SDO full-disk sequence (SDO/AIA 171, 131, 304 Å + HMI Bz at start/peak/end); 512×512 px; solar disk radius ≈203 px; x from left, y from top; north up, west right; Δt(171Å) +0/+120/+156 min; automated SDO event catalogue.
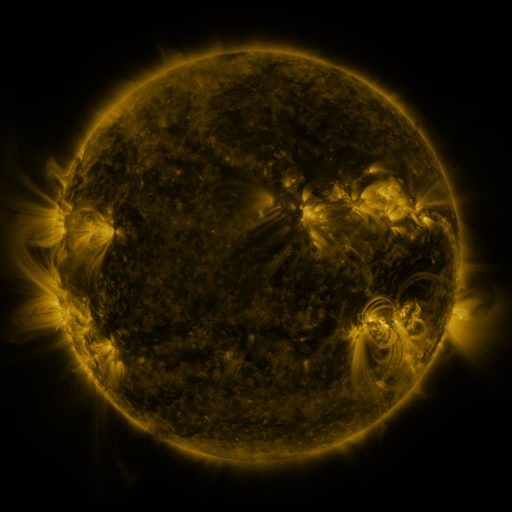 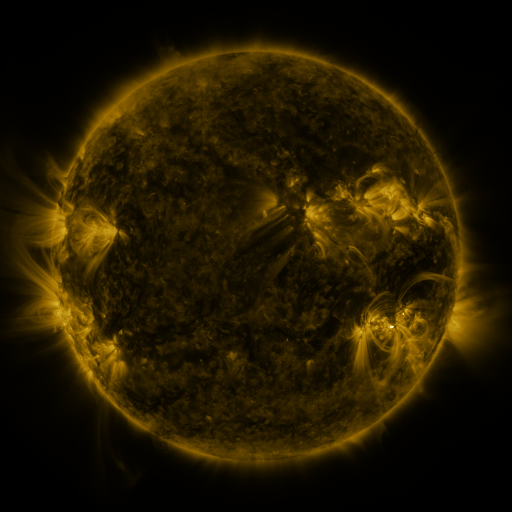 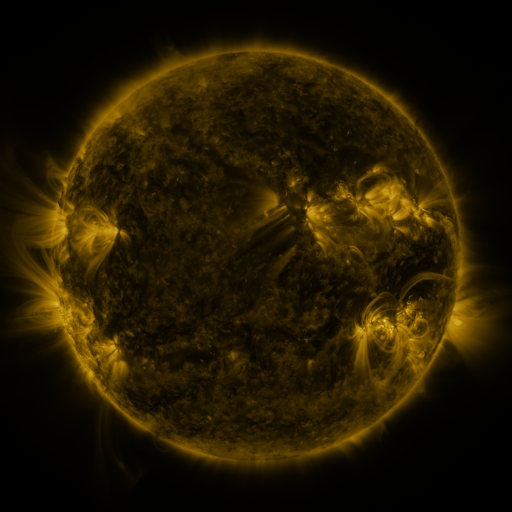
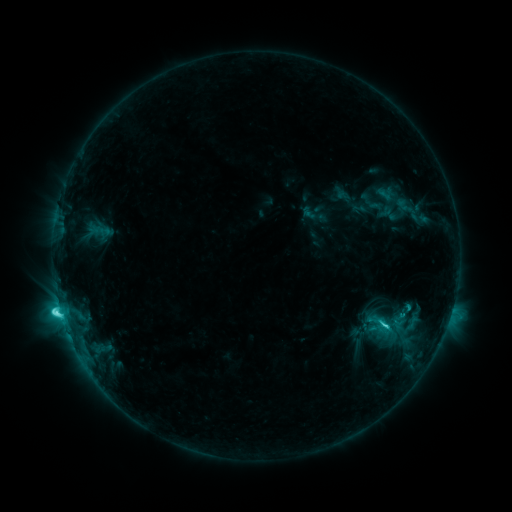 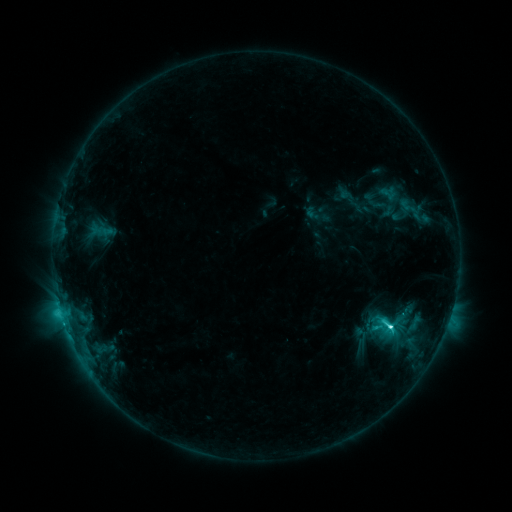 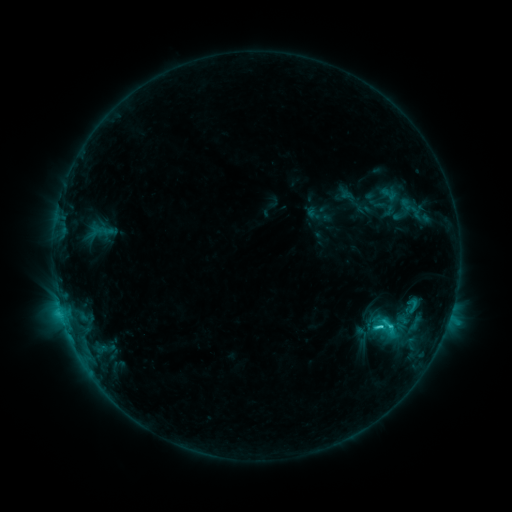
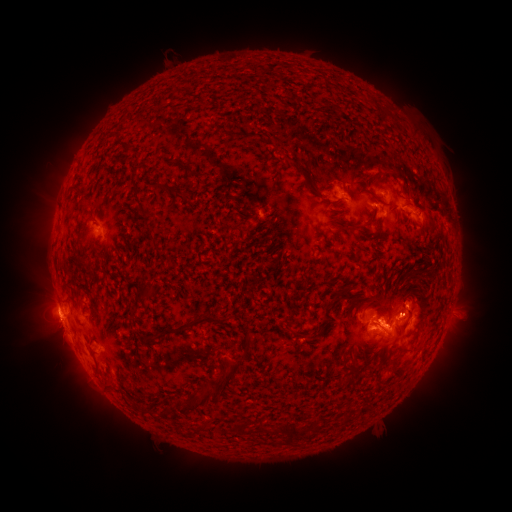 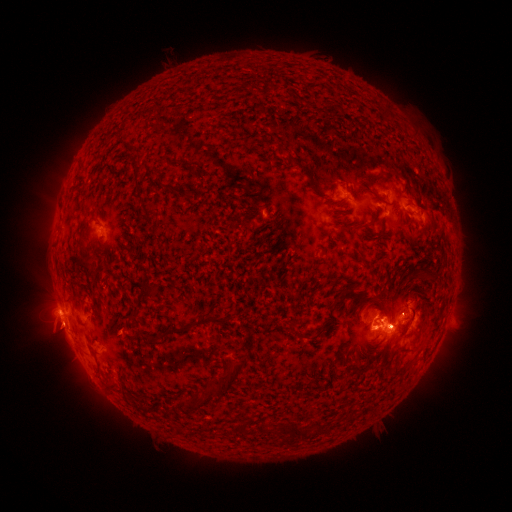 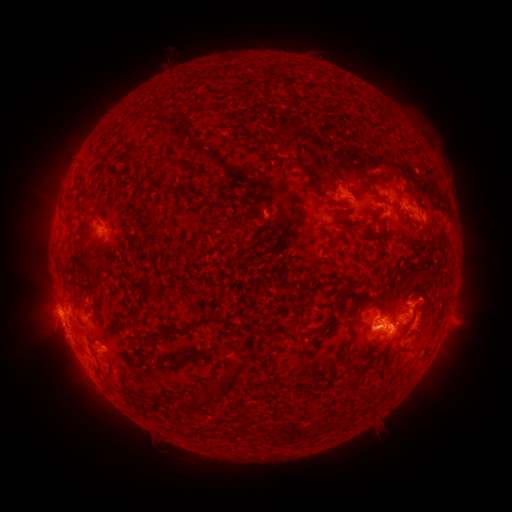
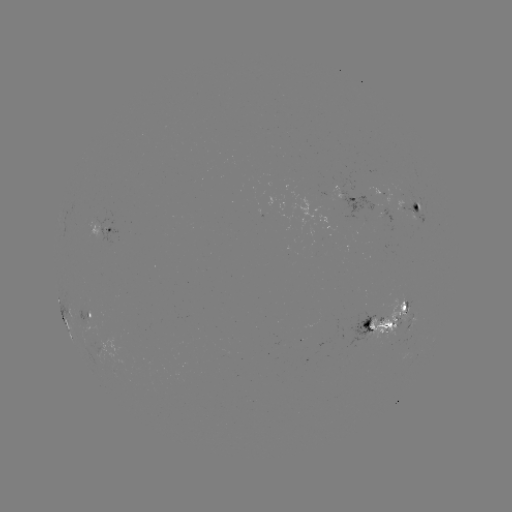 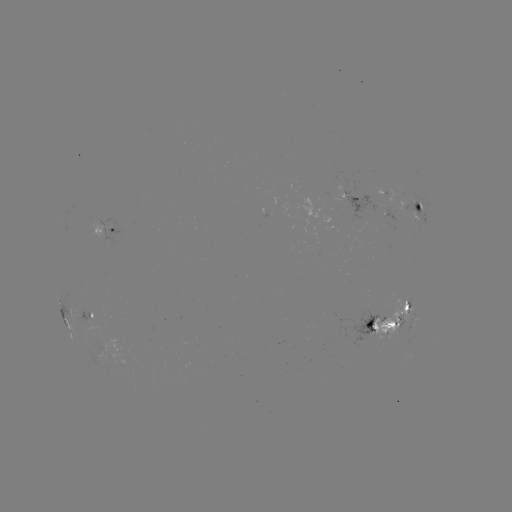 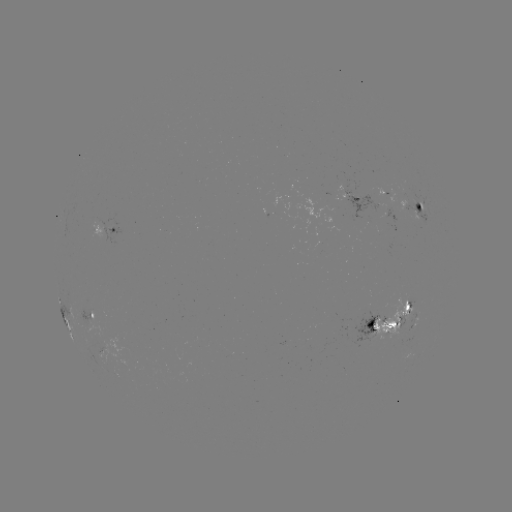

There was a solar emerging-flux region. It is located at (340, 185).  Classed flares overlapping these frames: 2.